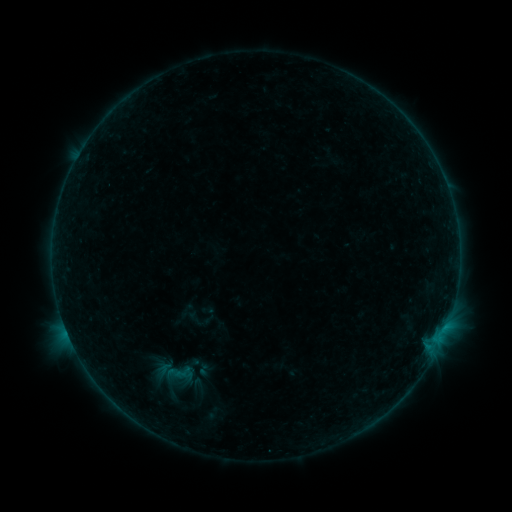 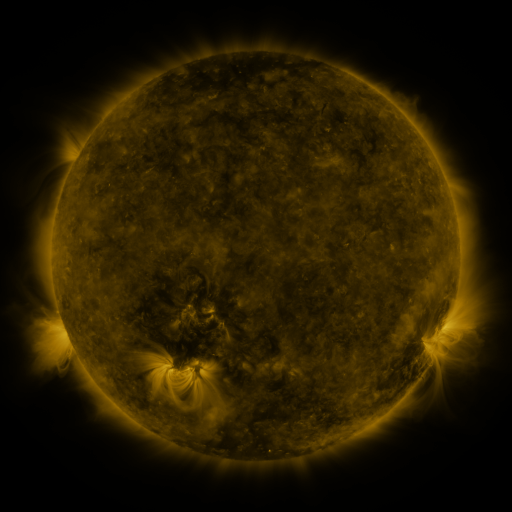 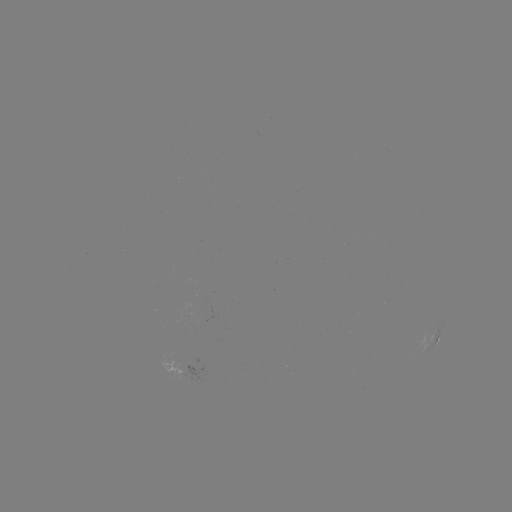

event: sigmoid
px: (178, 372)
